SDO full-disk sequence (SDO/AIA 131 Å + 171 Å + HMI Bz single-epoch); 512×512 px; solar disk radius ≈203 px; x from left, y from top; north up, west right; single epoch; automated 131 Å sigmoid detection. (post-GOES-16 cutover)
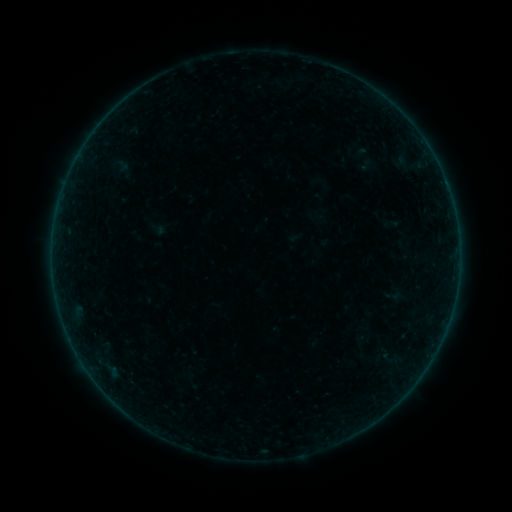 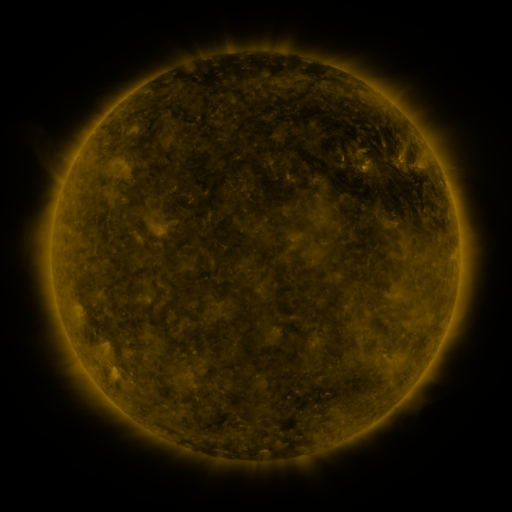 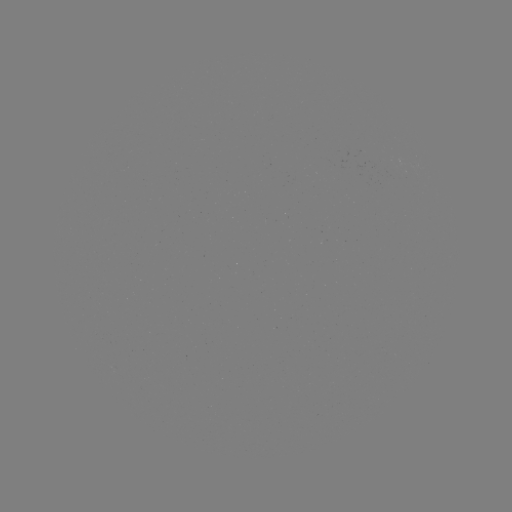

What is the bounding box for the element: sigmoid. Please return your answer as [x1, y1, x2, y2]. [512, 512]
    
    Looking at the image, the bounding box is [384, 286, 401, 304].